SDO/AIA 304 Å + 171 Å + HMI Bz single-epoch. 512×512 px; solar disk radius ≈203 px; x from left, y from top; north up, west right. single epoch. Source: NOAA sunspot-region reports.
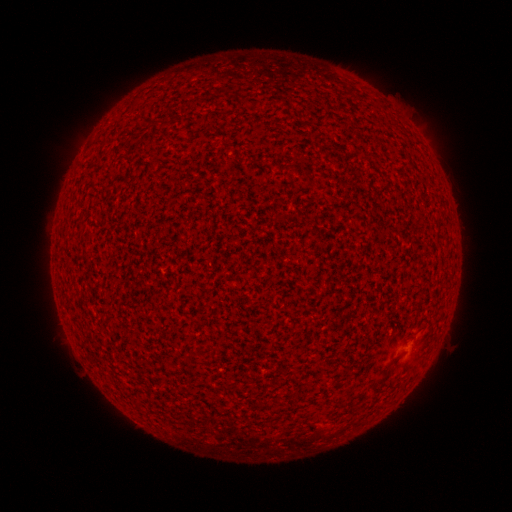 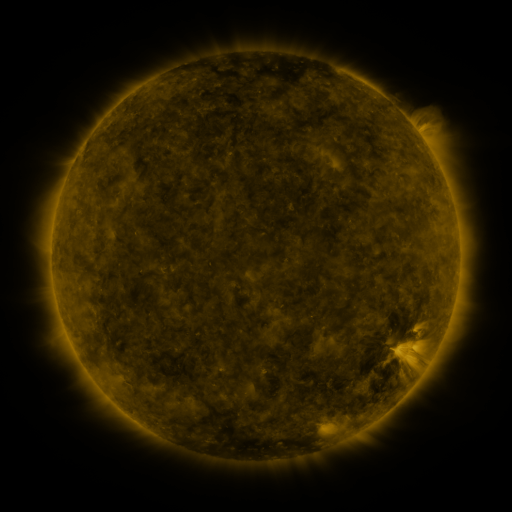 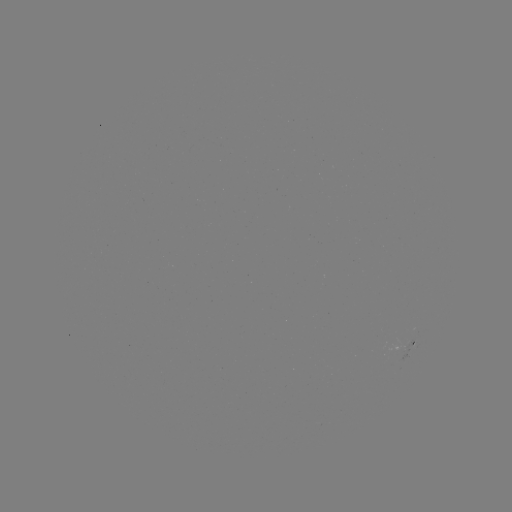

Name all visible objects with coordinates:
(none)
